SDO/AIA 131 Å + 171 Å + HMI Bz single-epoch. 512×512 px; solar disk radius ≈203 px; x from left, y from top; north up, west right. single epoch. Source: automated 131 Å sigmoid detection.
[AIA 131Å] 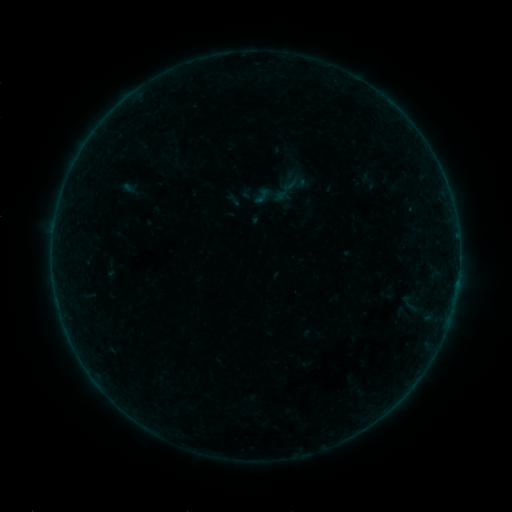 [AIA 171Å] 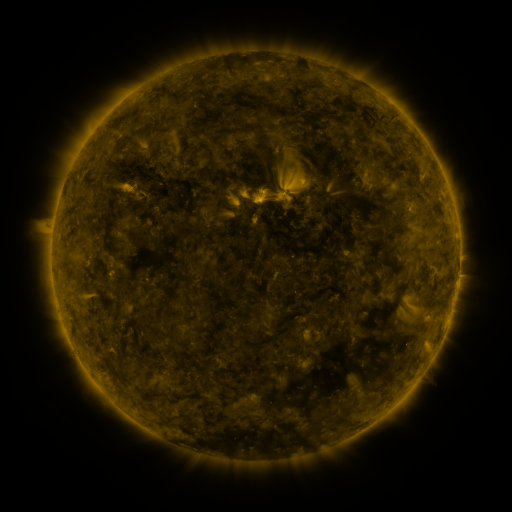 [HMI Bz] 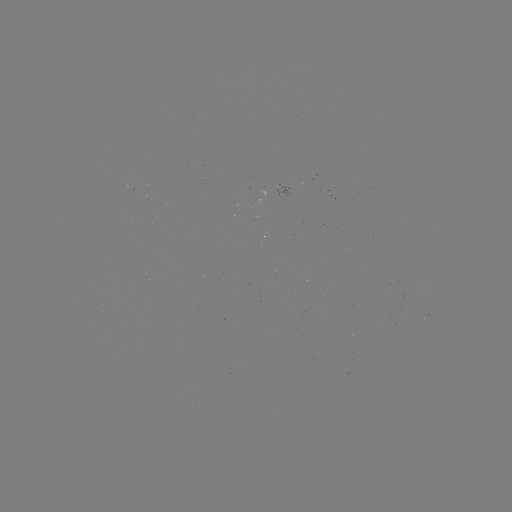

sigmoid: (253, 178, 289, 213)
